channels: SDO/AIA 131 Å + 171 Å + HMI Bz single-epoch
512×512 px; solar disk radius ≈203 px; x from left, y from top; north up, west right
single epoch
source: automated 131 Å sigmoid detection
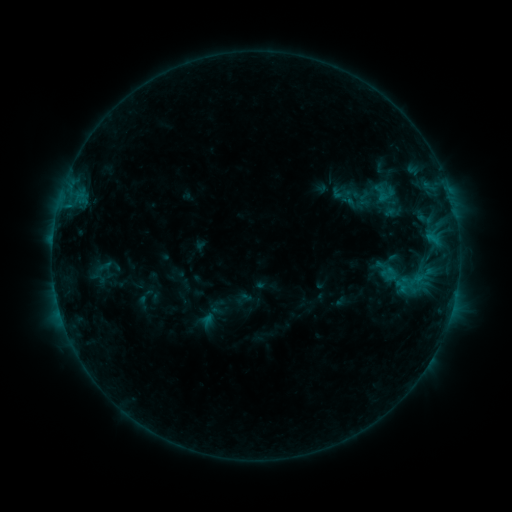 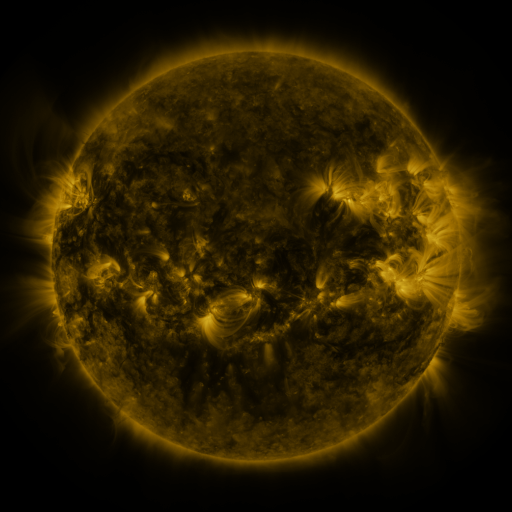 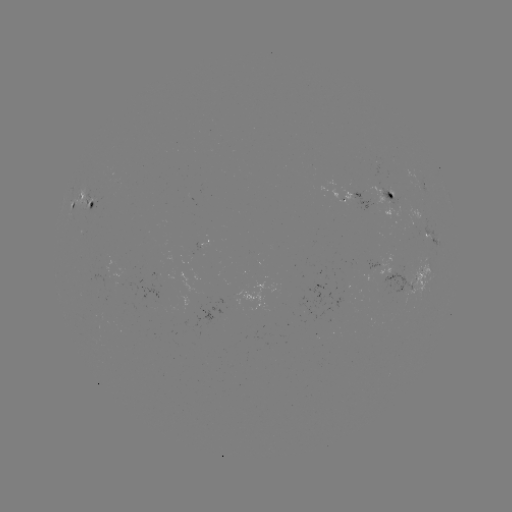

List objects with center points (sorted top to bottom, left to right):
sigmoid: (385, 192)
sigmoid: (101, 269)
